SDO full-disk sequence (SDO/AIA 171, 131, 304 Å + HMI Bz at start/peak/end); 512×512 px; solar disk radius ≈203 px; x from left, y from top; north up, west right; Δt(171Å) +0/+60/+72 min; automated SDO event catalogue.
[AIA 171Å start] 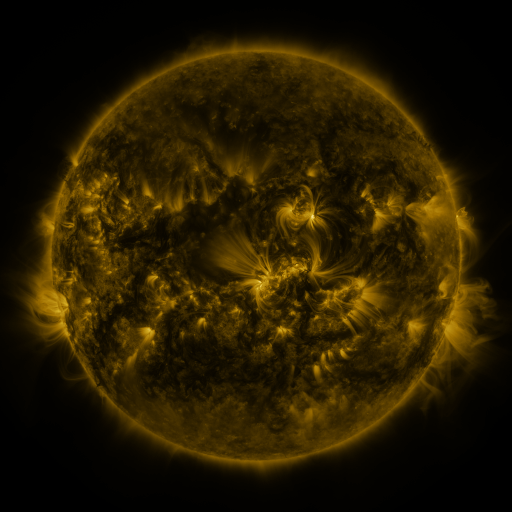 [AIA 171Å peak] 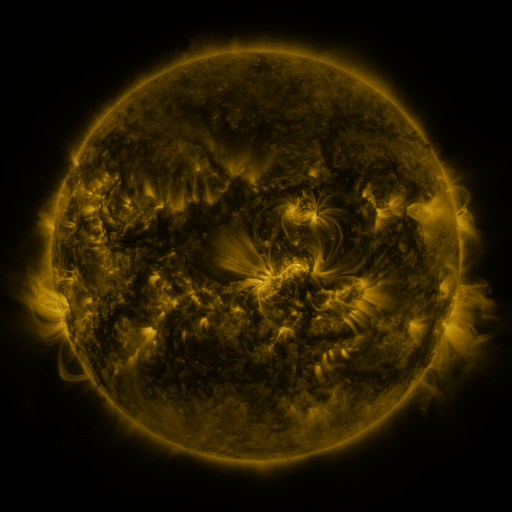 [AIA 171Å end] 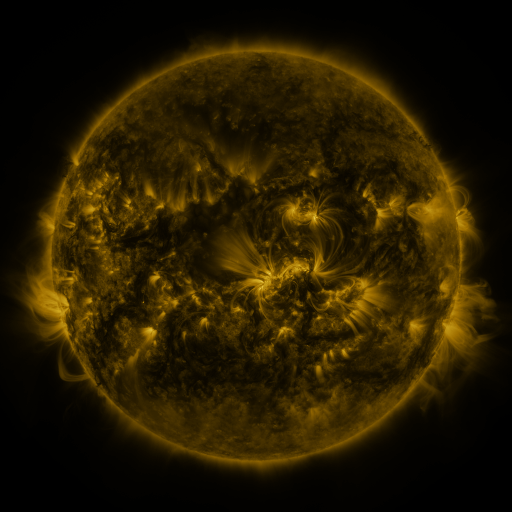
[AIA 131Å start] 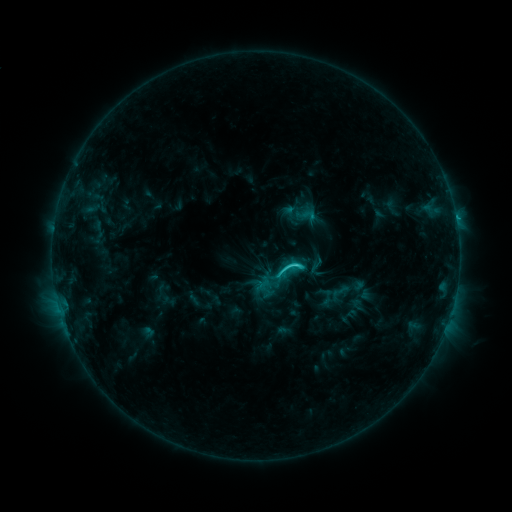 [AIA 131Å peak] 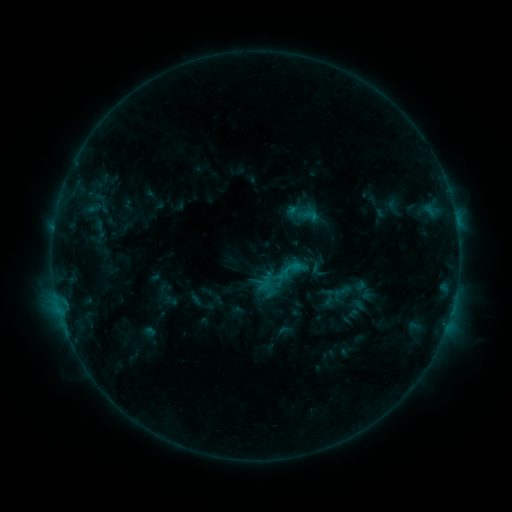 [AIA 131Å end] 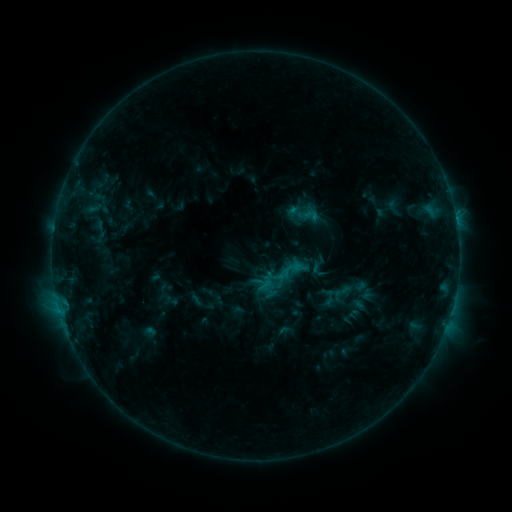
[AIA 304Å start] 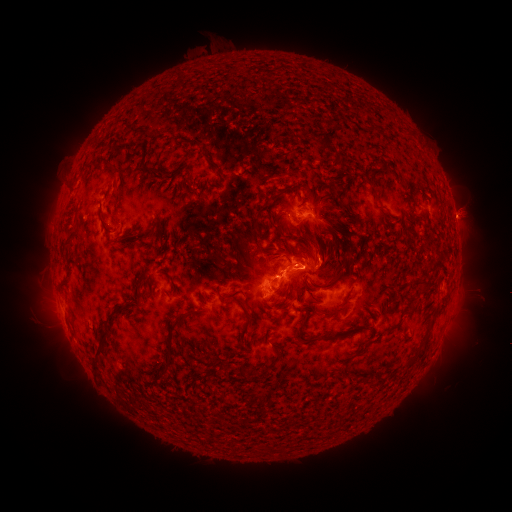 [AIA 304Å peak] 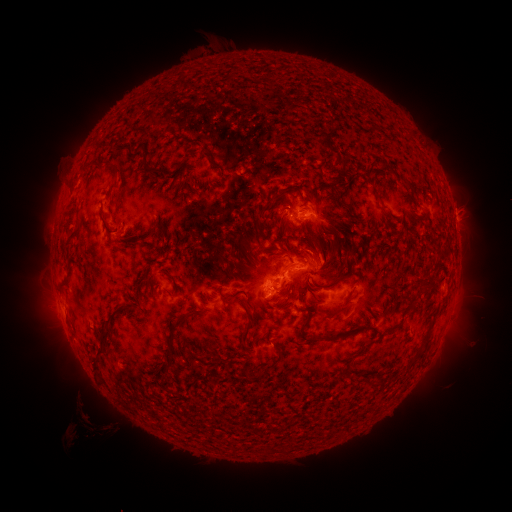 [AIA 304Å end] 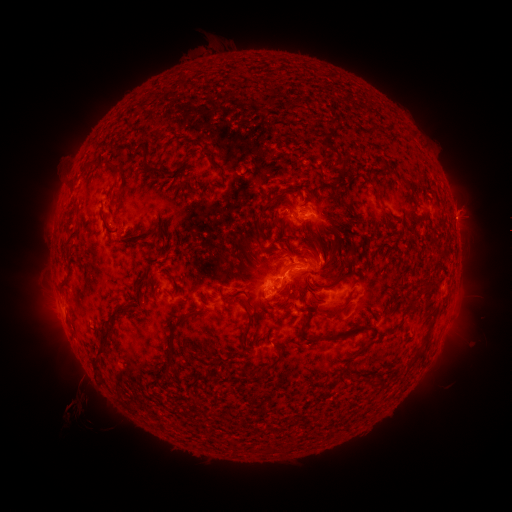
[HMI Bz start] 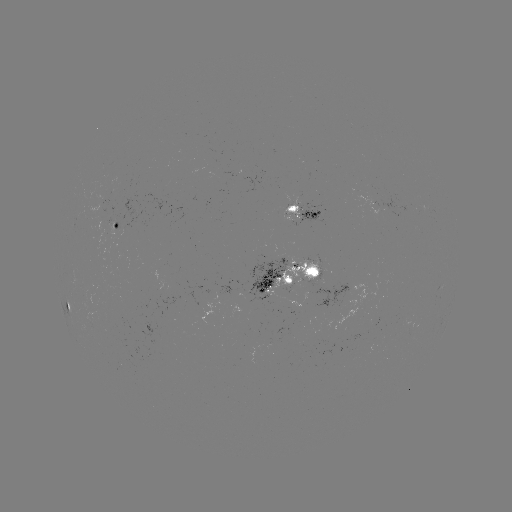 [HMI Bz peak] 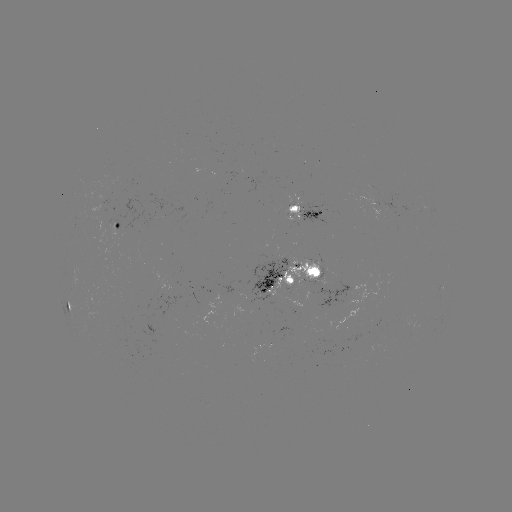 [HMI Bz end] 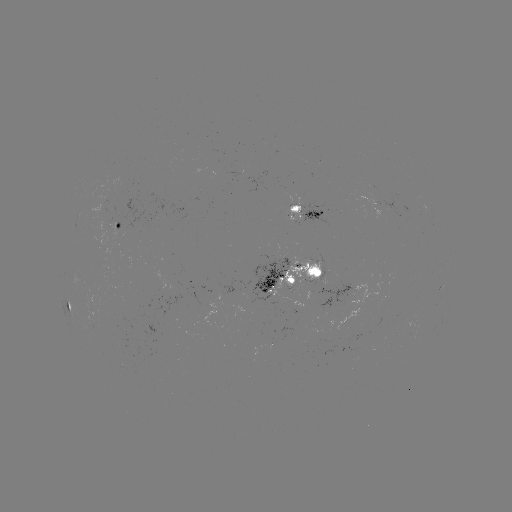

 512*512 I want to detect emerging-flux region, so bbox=[286, 292, 301, 310].